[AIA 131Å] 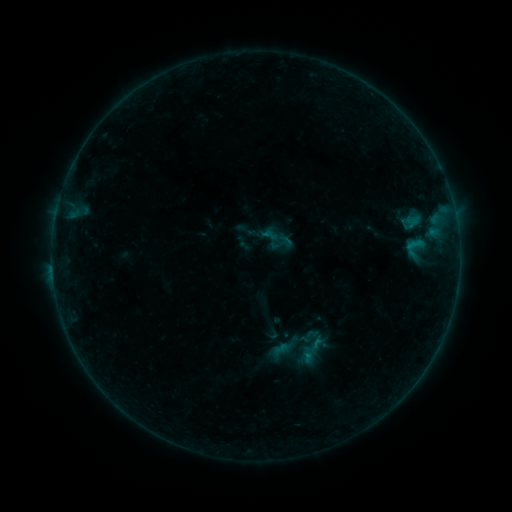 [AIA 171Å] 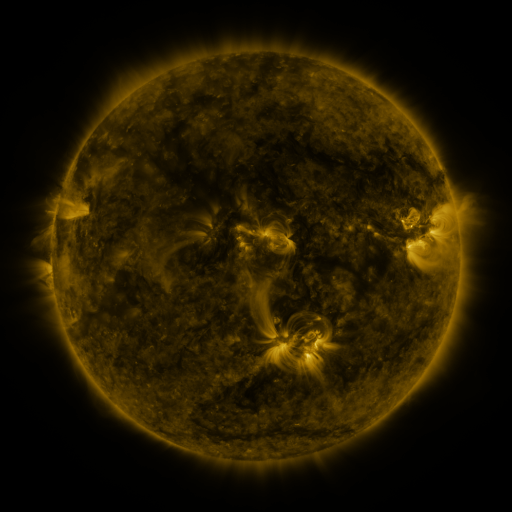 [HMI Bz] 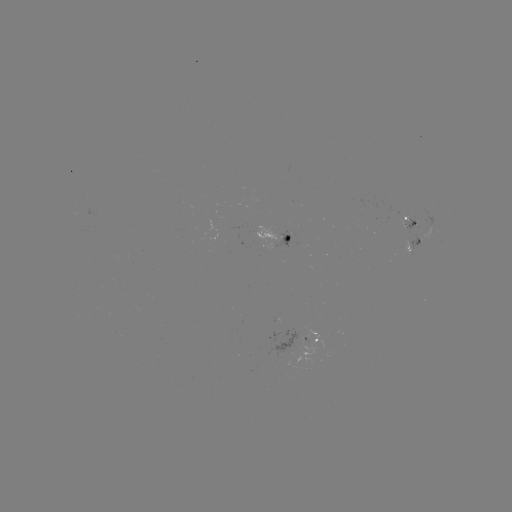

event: sigmoid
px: (311, 351)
